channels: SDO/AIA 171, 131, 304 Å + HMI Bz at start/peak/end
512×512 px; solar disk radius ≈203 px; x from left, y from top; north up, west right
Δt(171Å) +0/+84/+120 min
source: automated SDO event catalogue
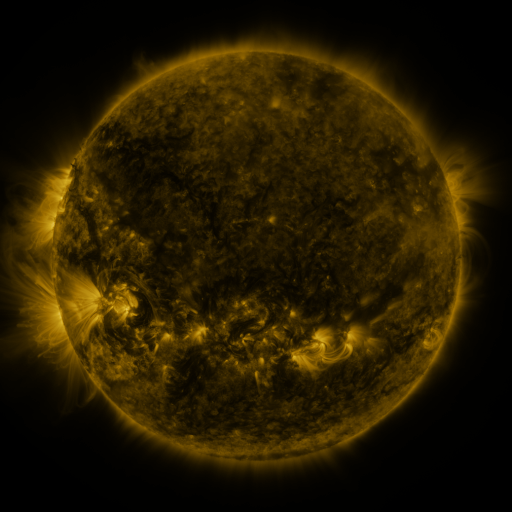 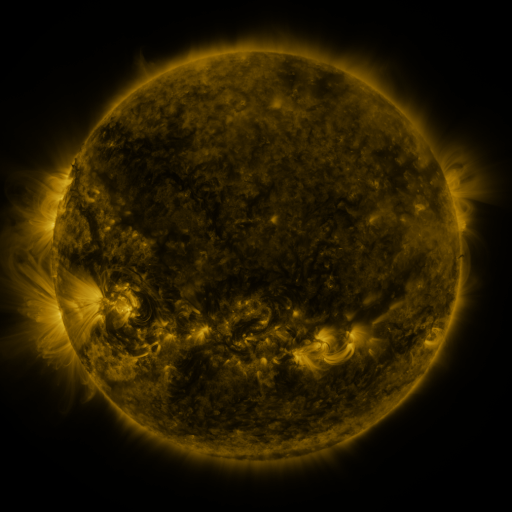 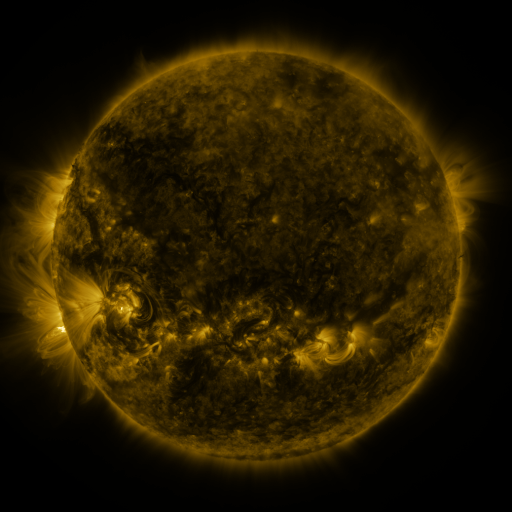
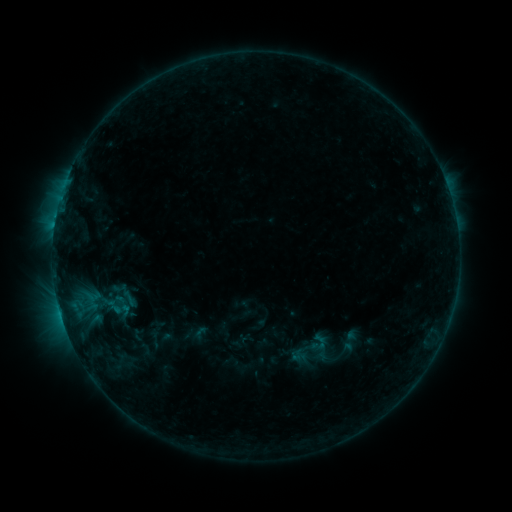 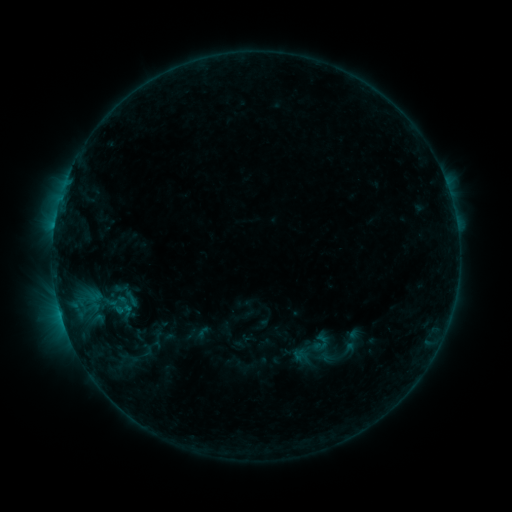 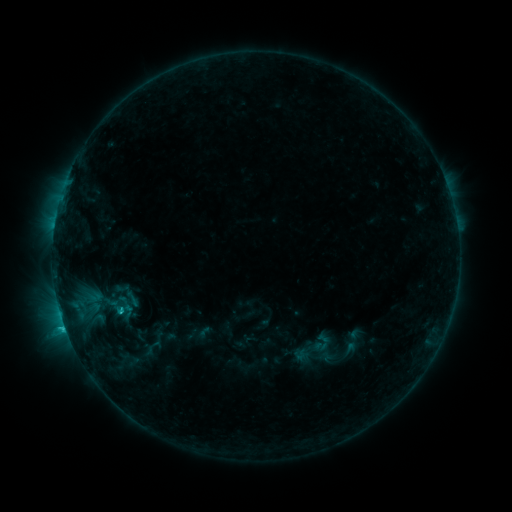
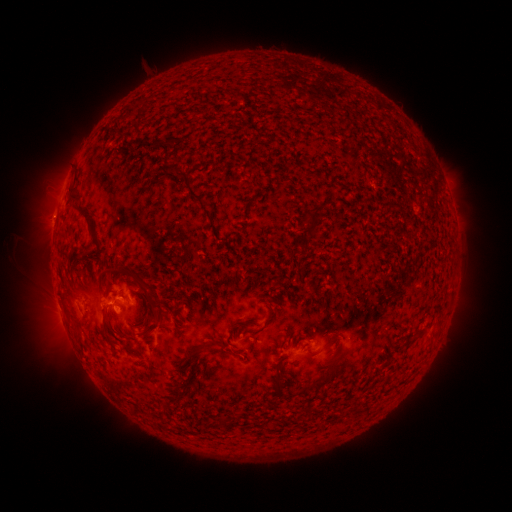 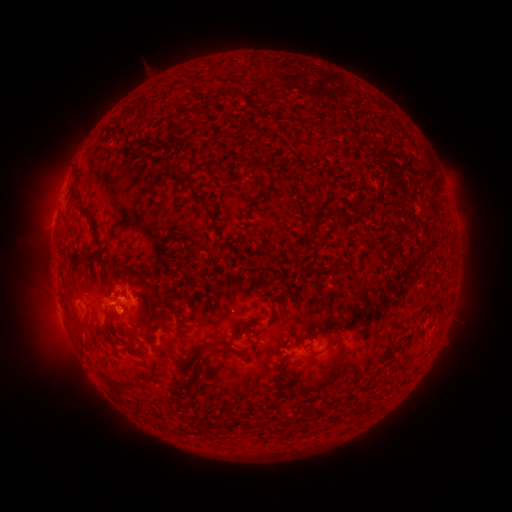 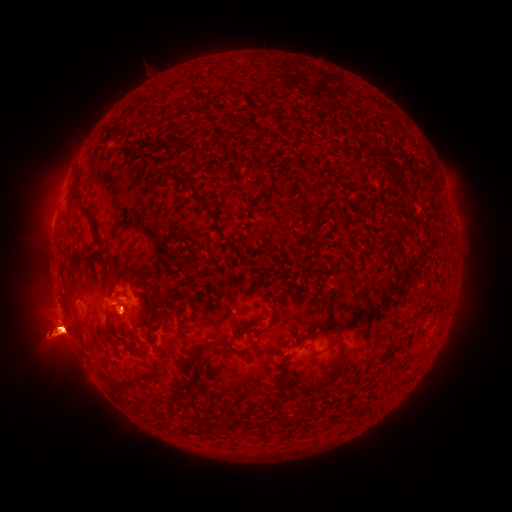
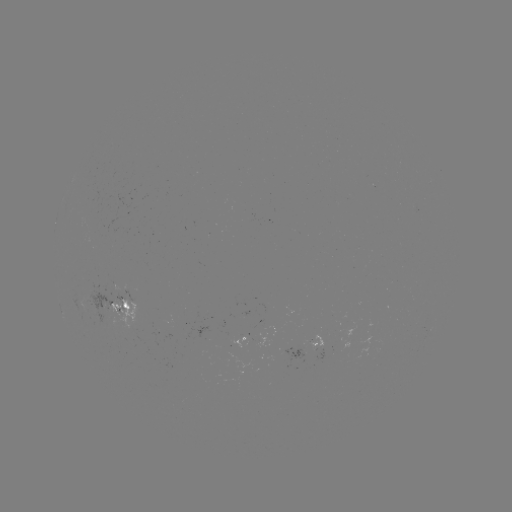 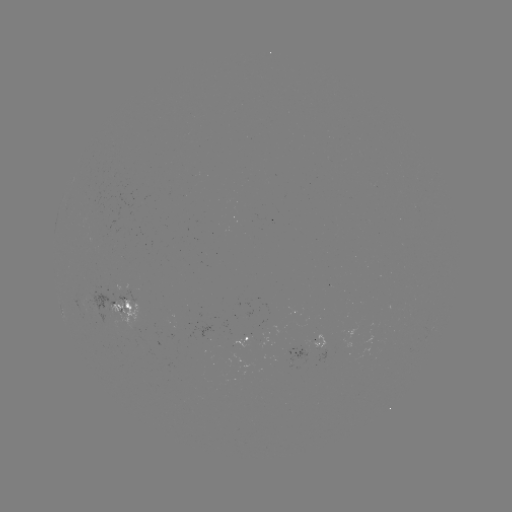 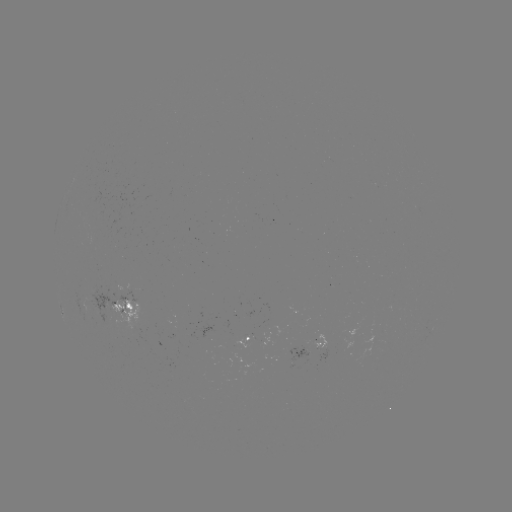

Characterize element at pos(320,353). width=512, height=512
emerging-flux region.